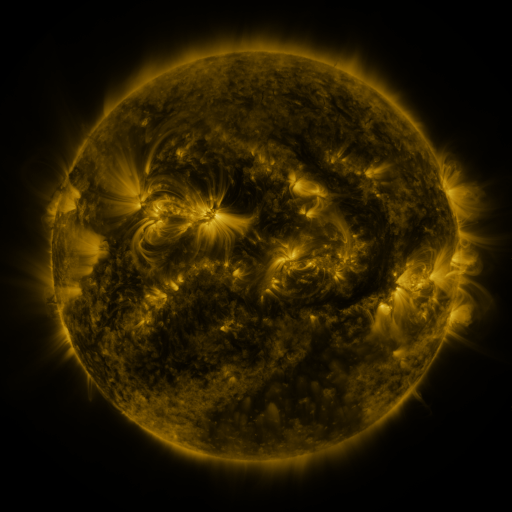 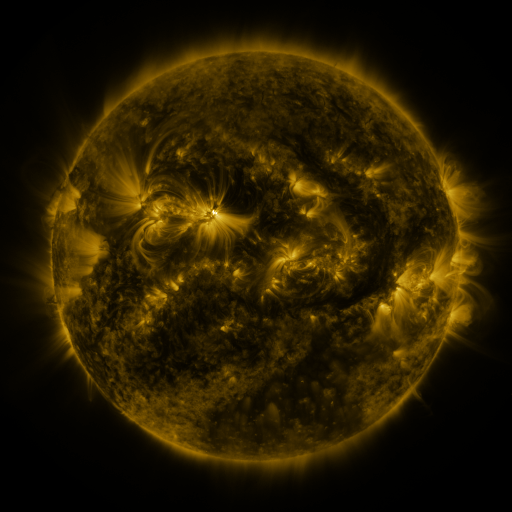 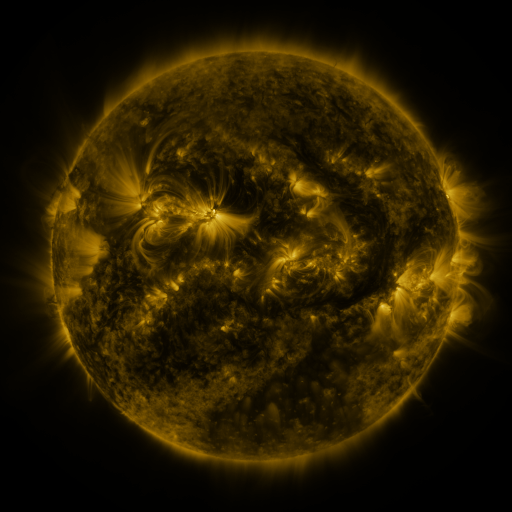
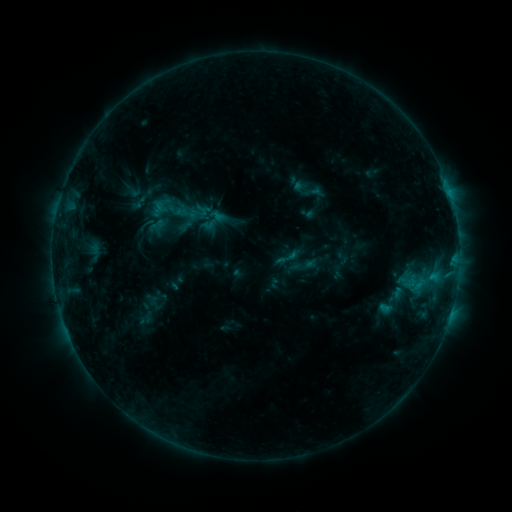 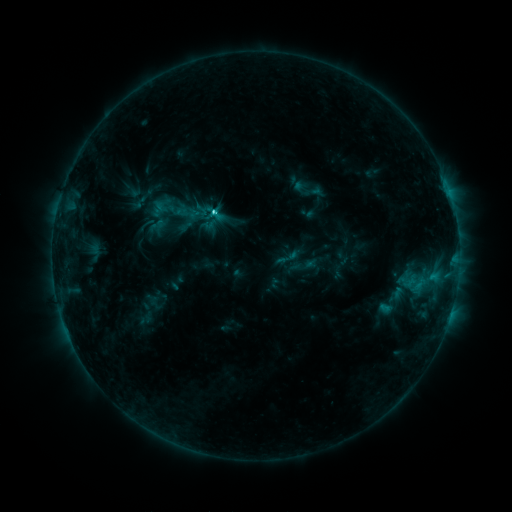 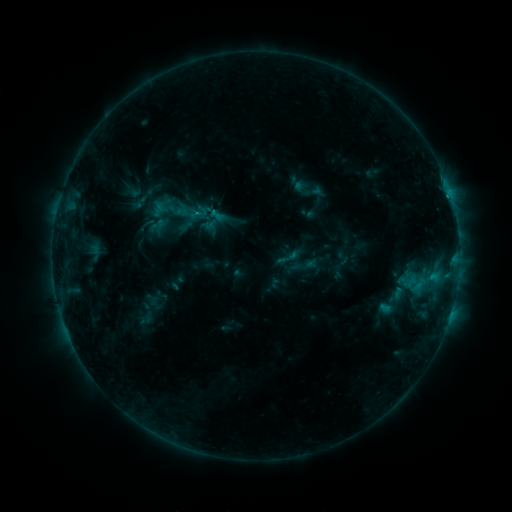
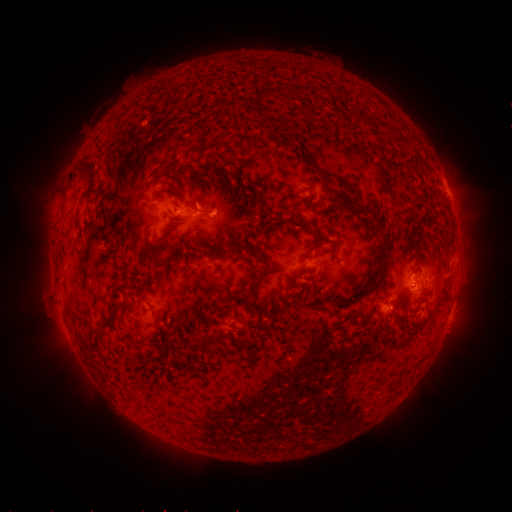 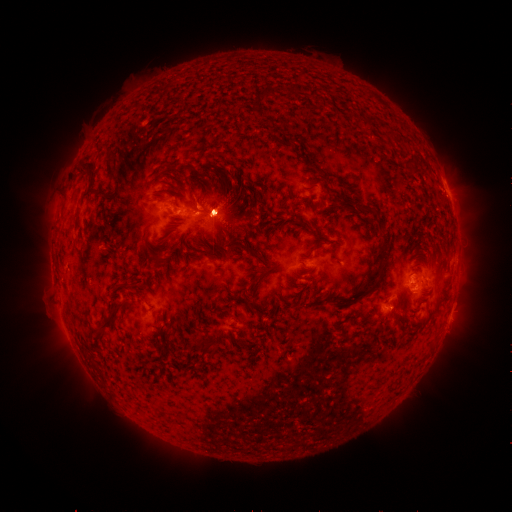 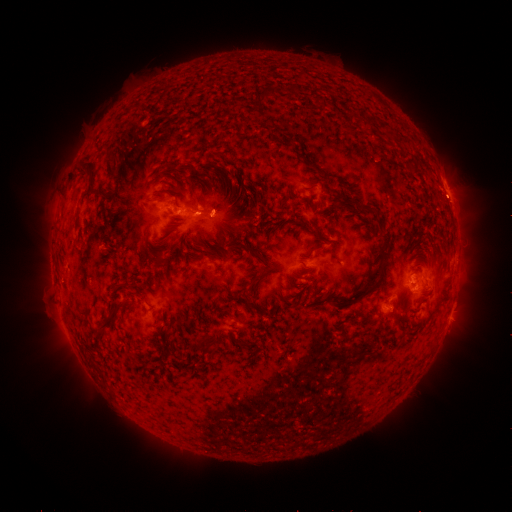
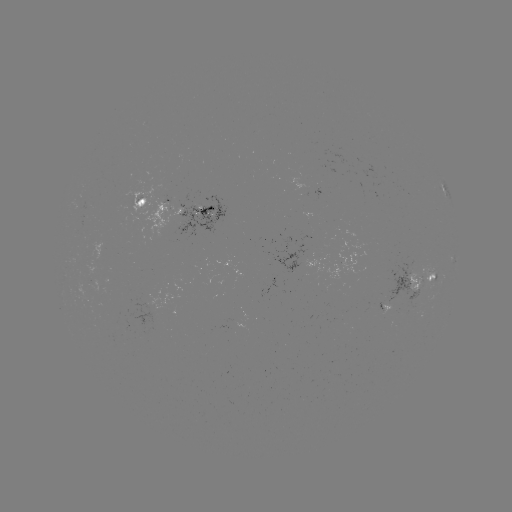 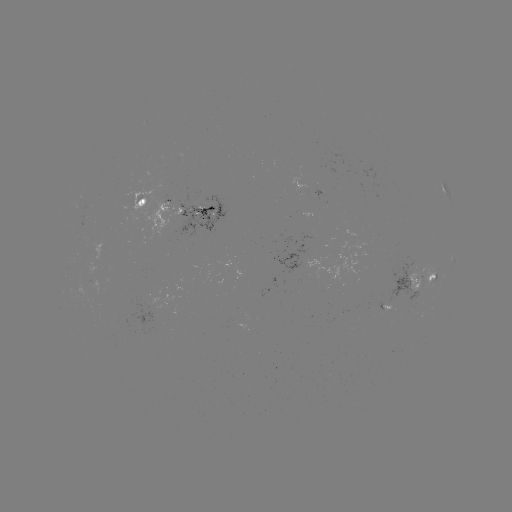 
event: flare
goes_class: C1.5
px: (213, 213)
